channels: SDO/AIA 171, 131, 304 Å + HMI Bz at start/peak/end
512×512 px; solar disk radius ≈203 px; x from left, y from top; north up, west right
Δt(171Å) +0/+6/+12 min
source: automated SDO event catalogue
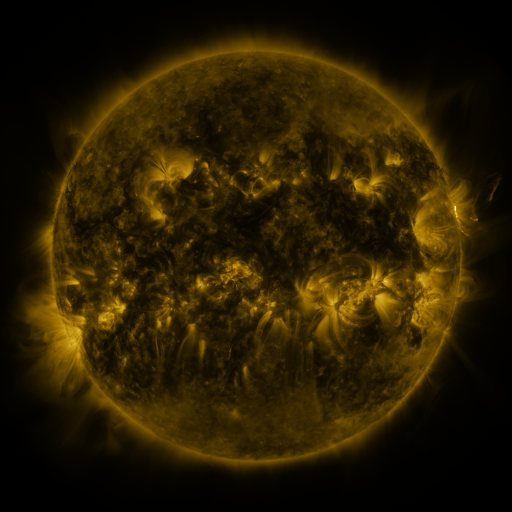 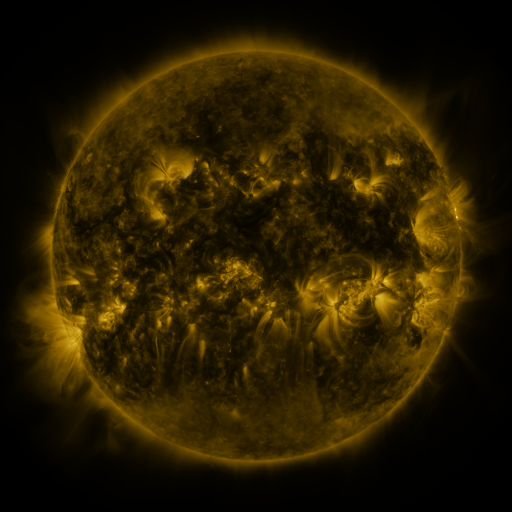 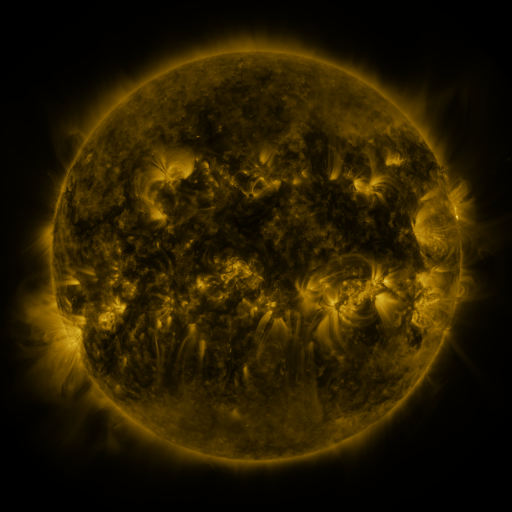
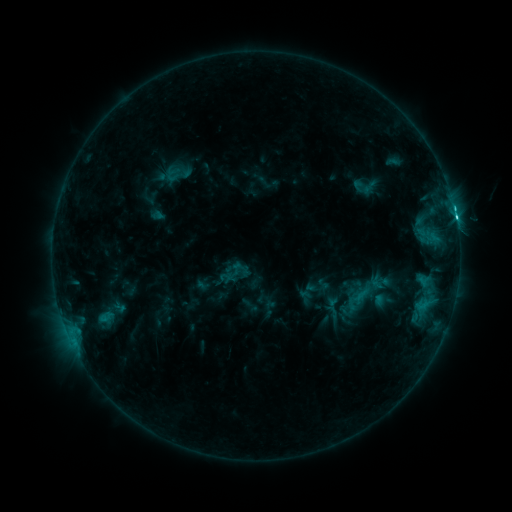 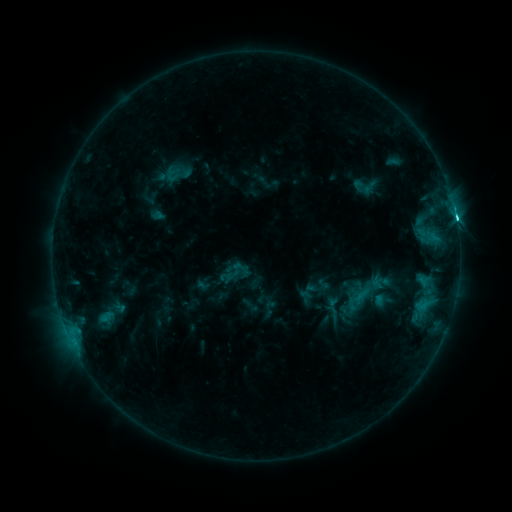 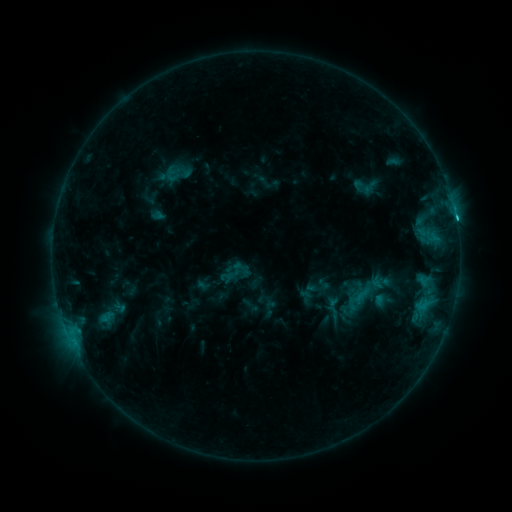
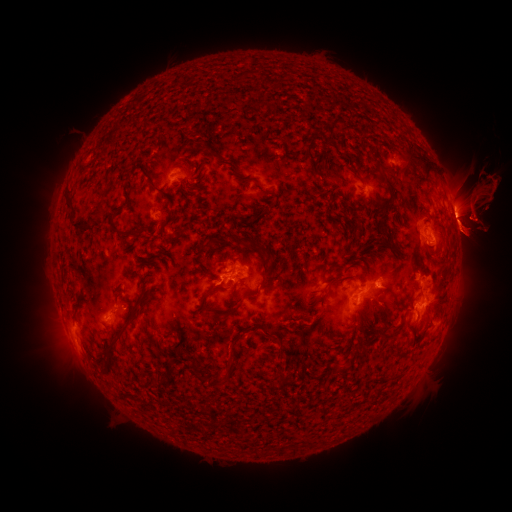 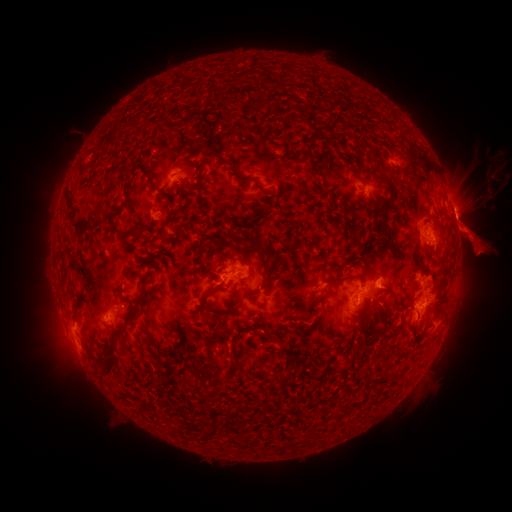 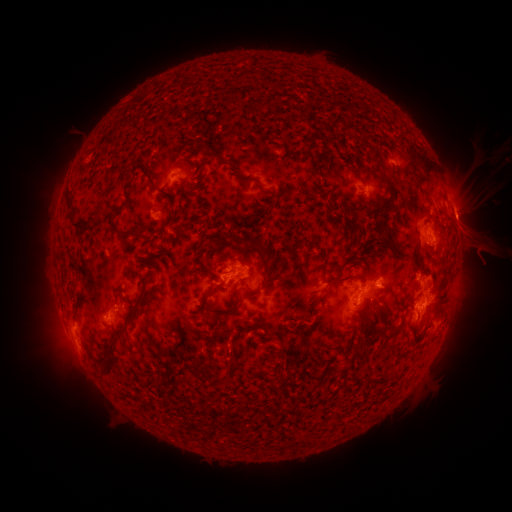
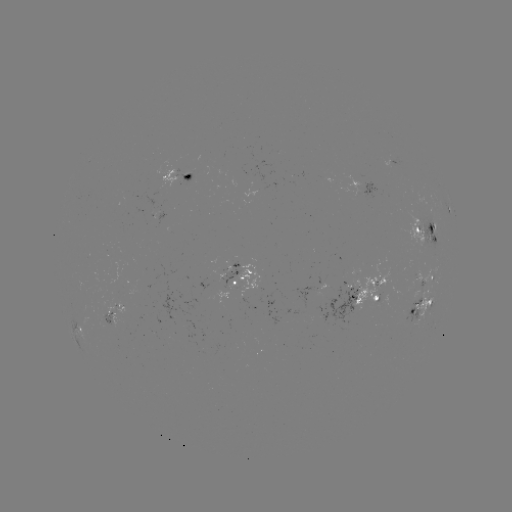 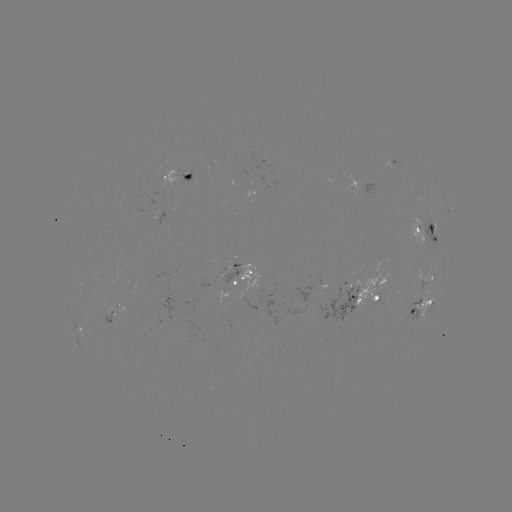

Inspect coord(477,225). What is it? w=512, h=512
eruption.